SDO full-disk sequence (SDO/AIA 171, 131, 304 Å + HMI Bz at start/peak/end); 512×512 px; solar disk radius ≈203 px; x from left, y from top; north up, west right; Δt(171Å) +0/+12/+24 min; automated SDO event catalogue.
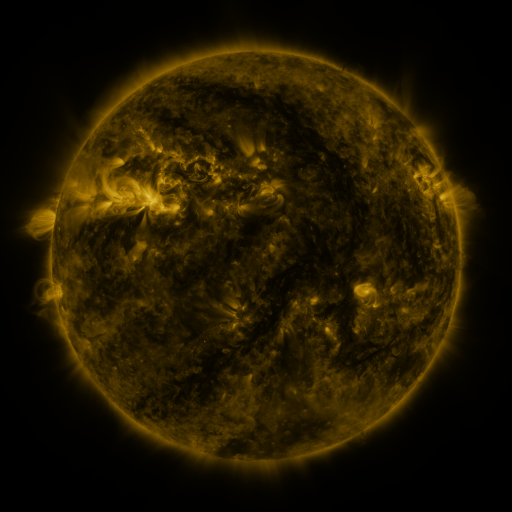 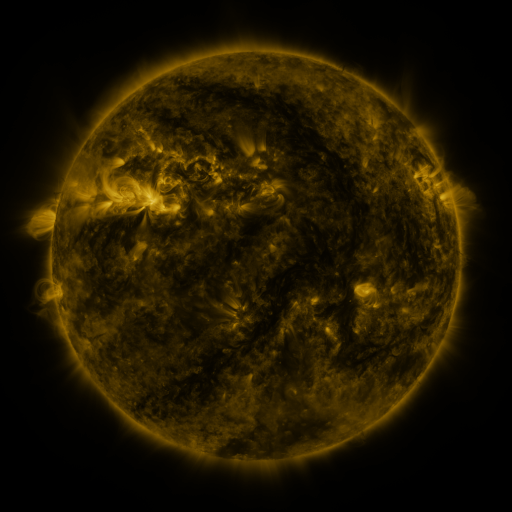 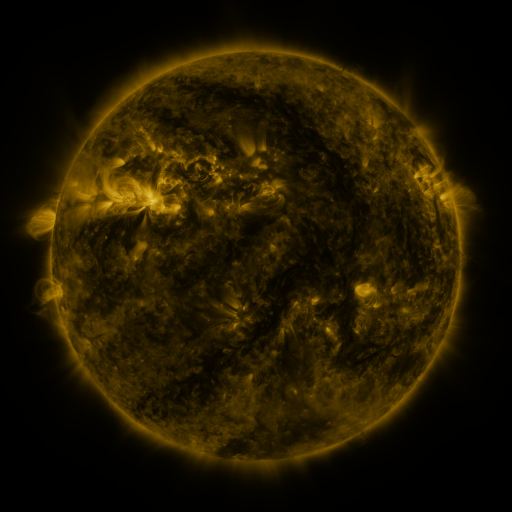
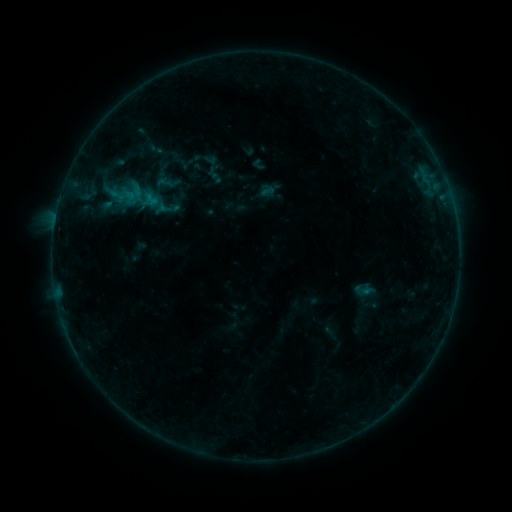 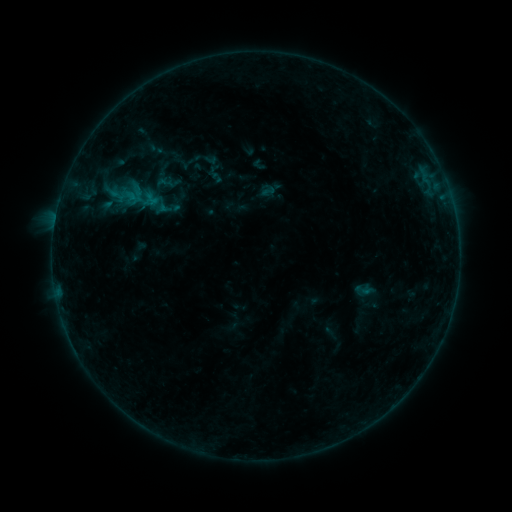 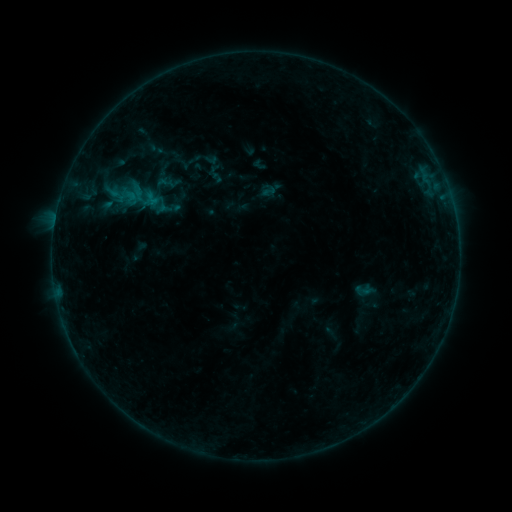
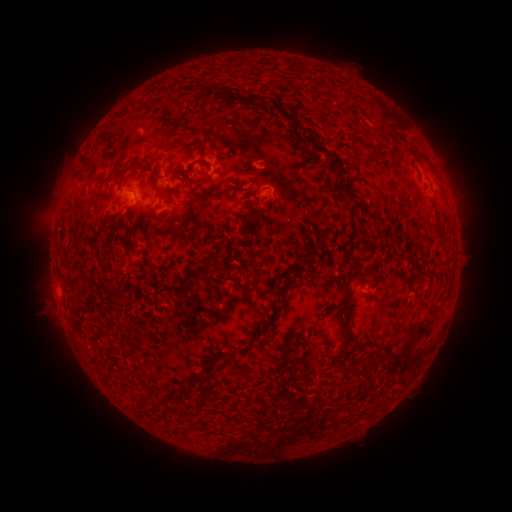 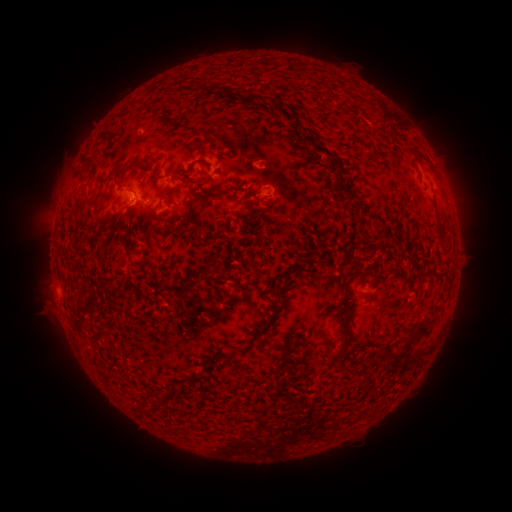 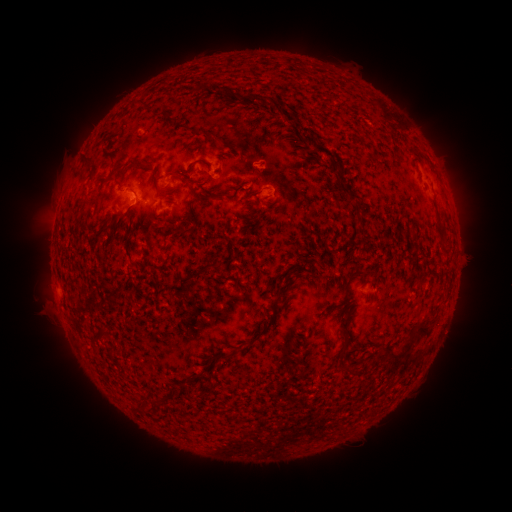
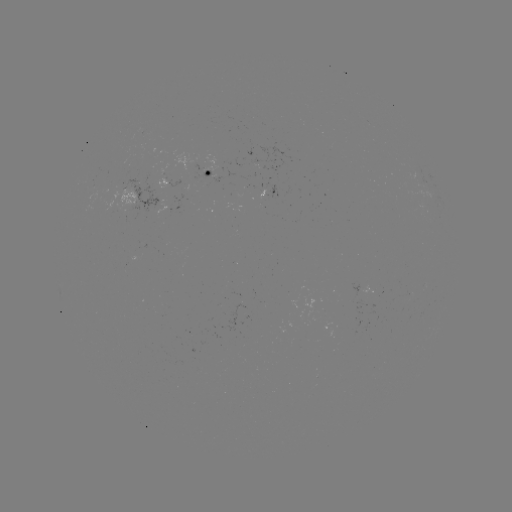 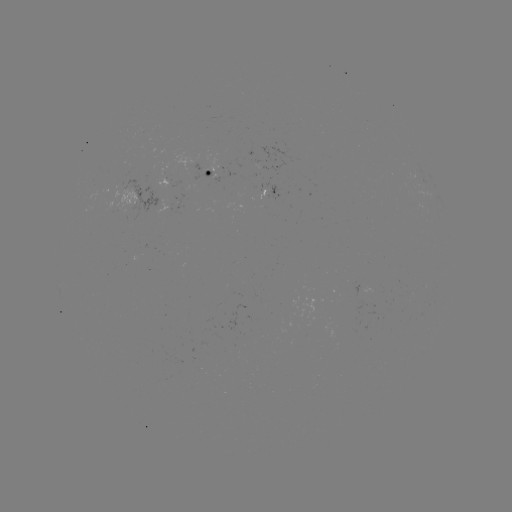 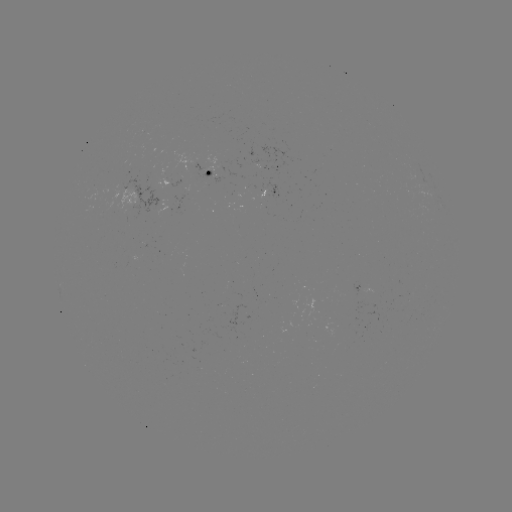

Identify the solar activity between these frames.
B2.3 flare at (137, 200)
